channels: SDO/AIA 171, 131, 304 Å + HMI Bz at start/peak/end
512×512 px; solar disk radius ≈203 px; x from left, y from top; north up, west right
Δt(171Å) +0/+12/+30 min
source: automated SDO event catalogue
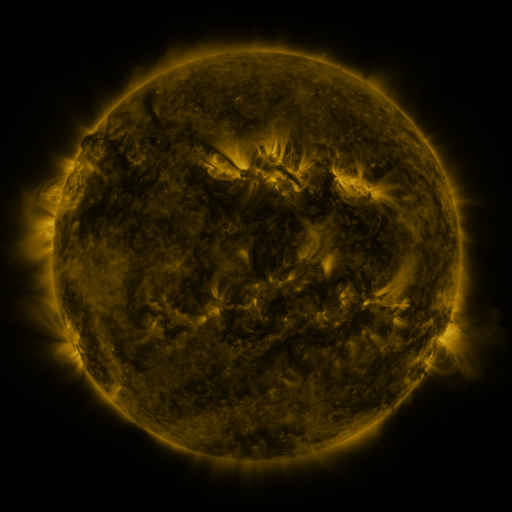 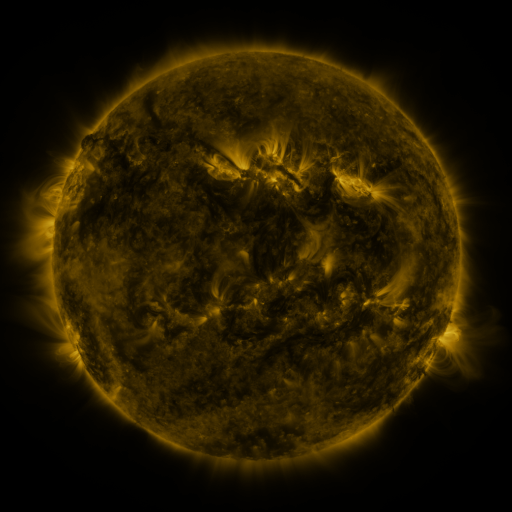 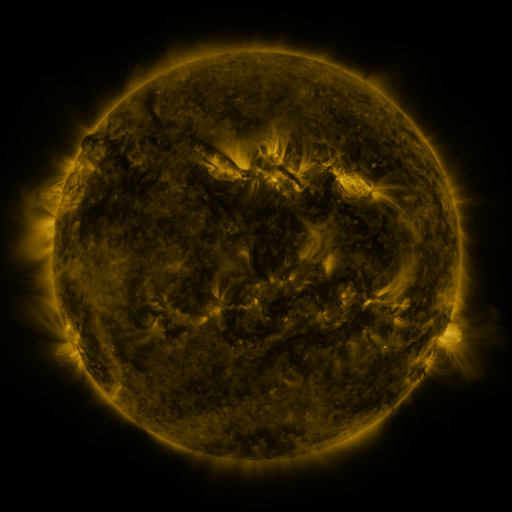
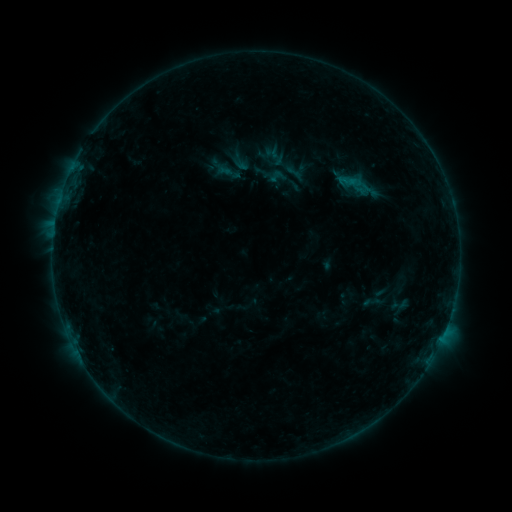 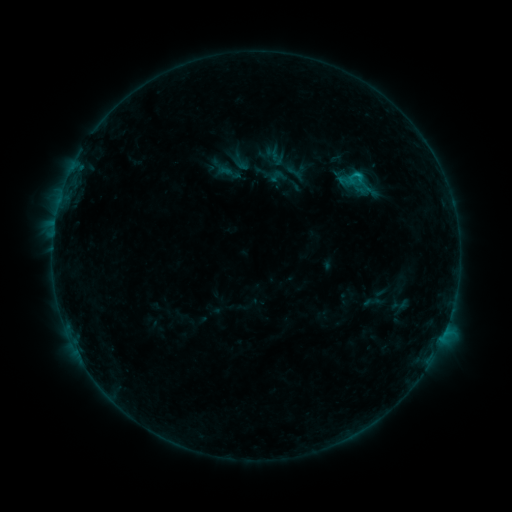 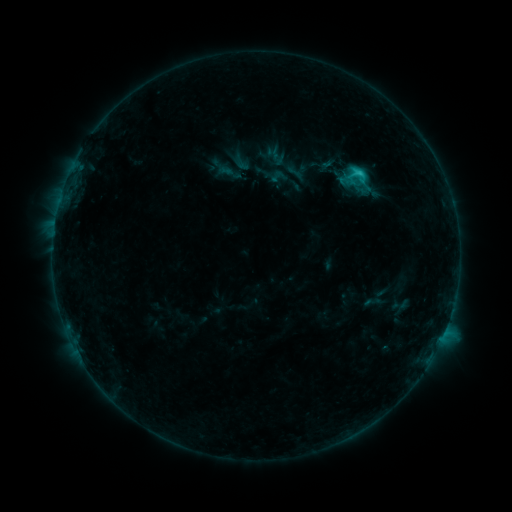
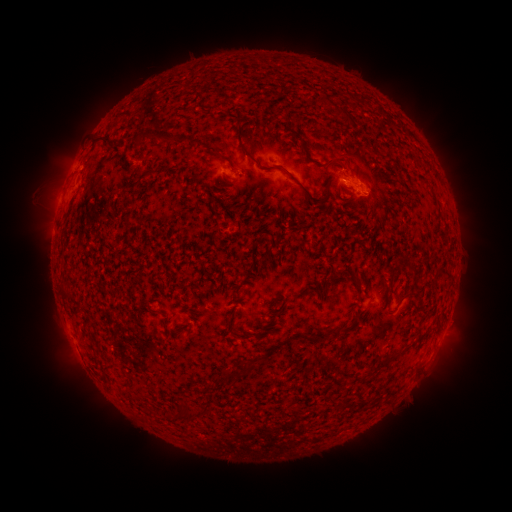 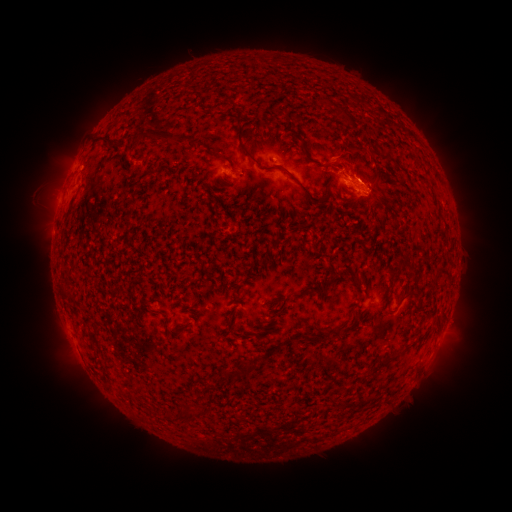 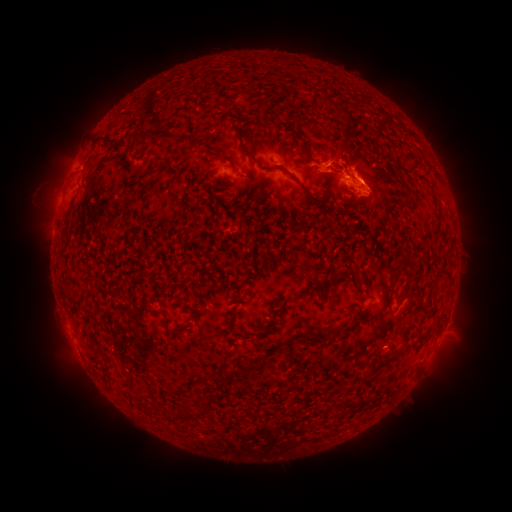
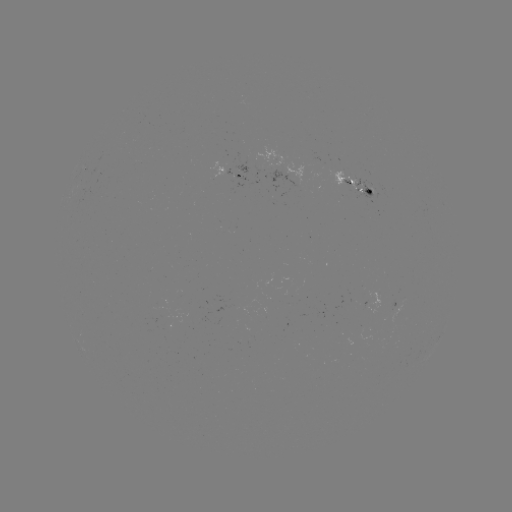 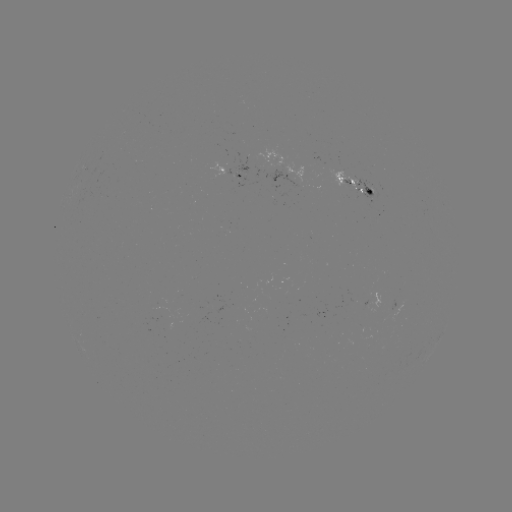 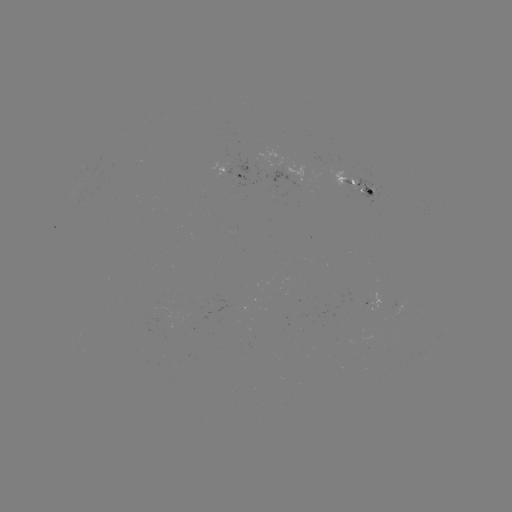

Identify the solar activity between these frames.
eruption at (356, 155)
